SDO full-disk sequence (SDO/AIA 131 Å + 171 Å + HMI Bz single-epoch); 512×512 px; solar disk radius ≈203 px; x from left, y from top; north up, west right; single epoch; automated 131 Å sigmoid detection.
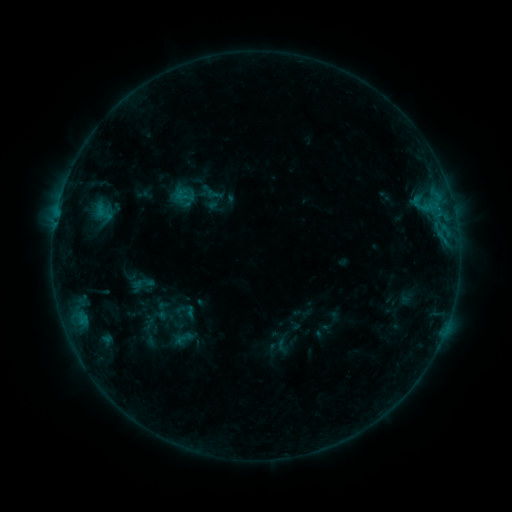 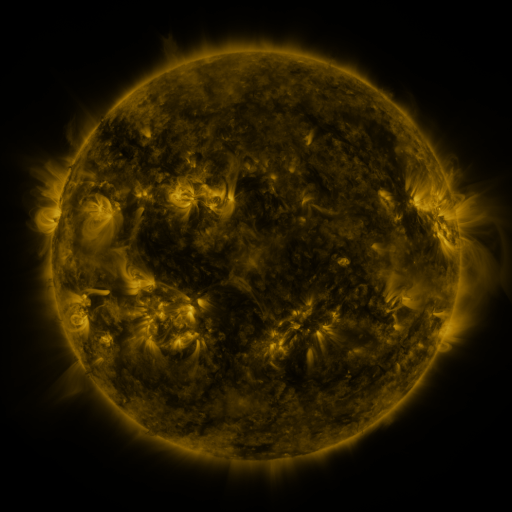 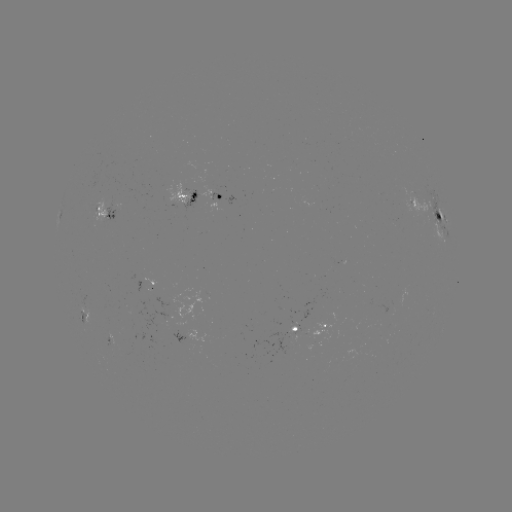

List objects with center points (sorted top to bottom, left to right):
sigmoid: (103, 211)
sigmoid: (162, 311)
sigmoid: (183, 338)
